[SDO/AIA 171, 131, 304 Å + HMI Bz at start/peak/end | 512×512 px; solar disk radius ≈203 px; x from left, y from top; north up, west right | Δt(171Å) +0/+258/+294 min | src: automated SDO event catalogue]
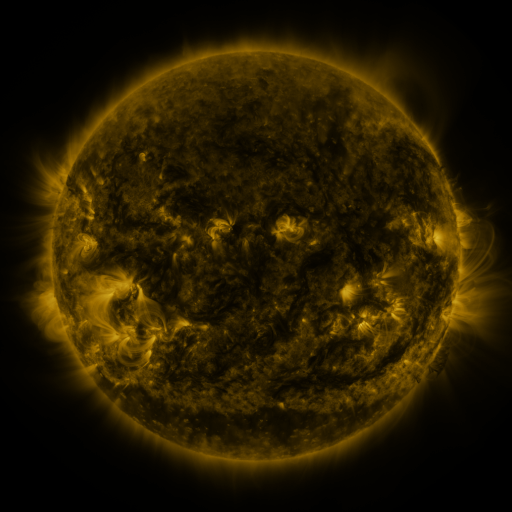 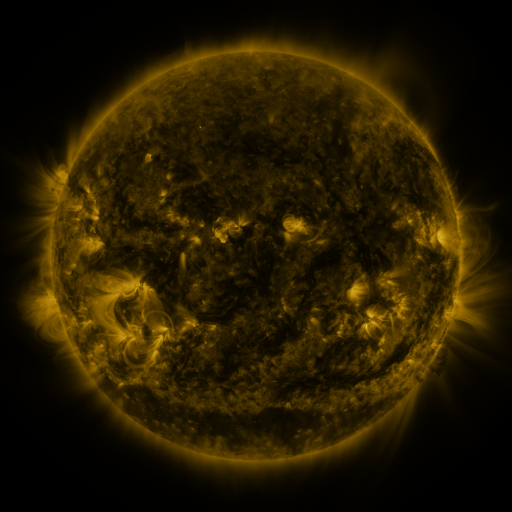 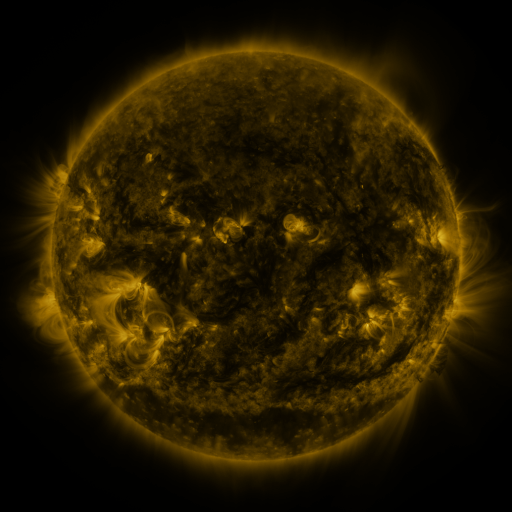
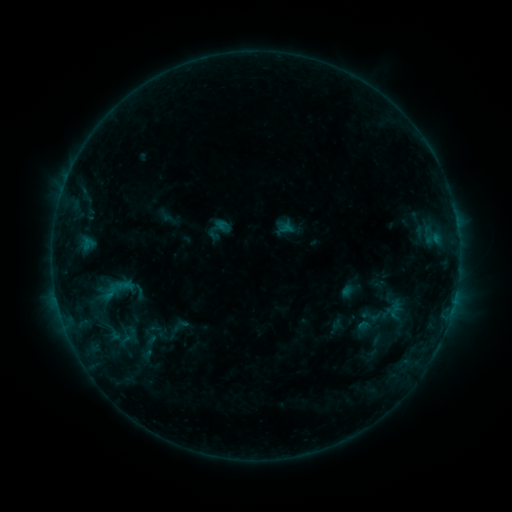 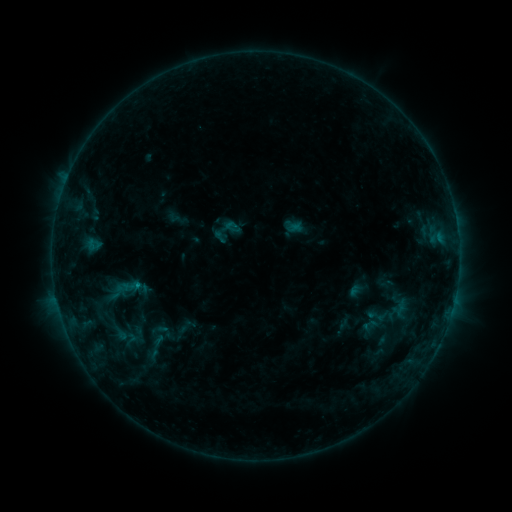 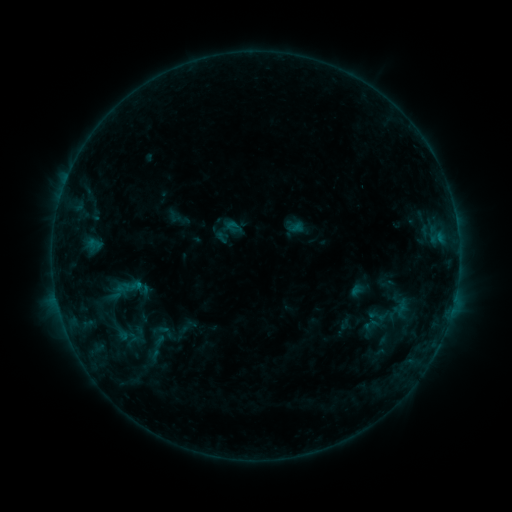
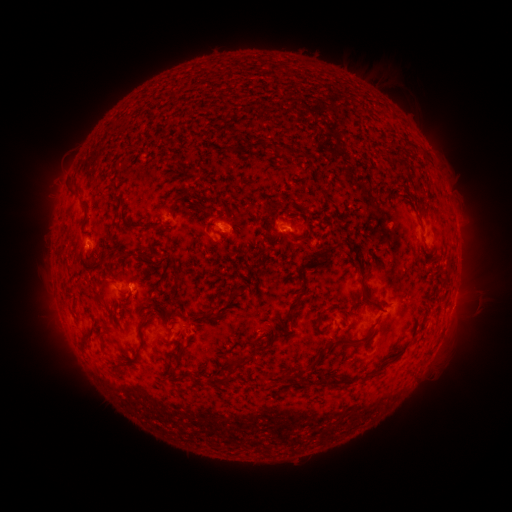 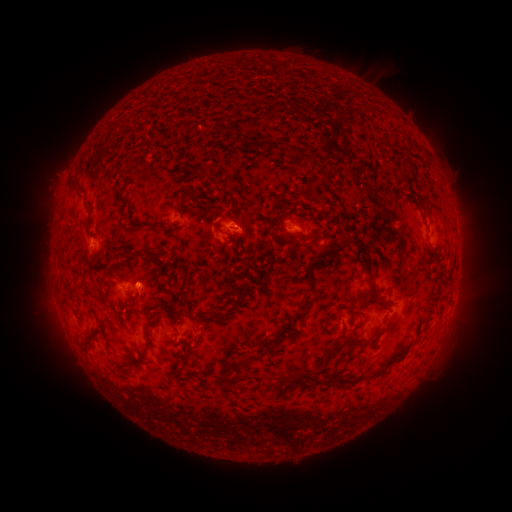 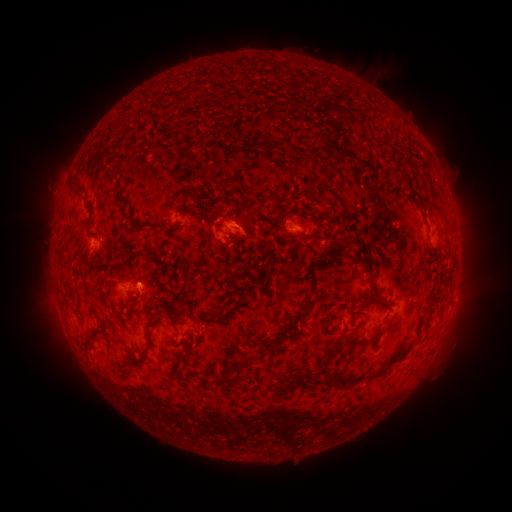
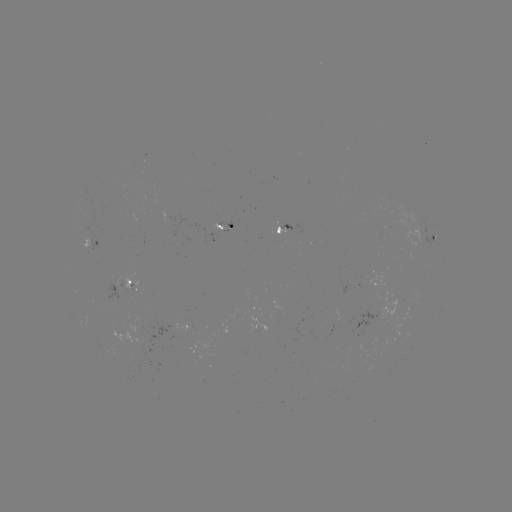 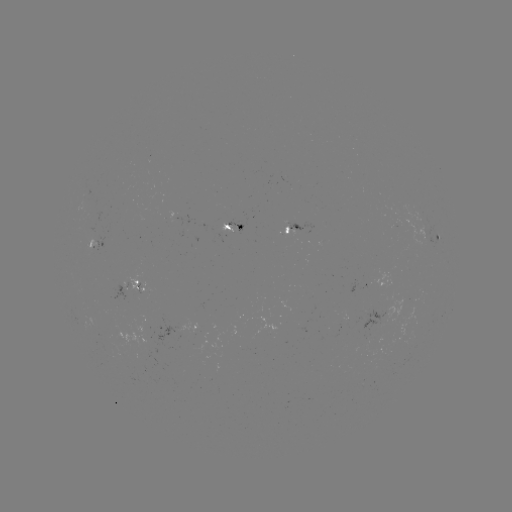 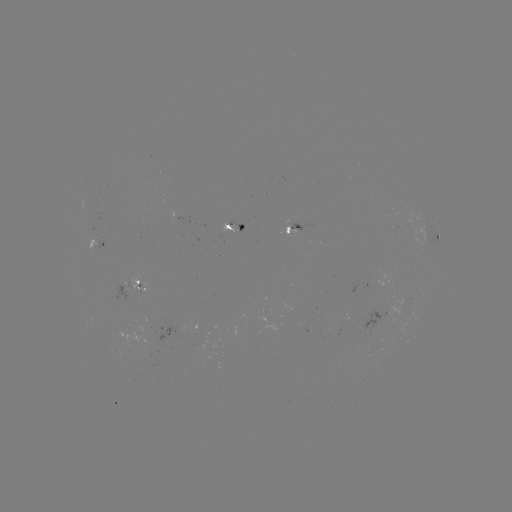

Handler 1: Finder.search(emerging-flux region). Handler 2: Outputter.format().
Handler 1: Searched emerging-flux region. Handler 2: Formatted [288, 227].